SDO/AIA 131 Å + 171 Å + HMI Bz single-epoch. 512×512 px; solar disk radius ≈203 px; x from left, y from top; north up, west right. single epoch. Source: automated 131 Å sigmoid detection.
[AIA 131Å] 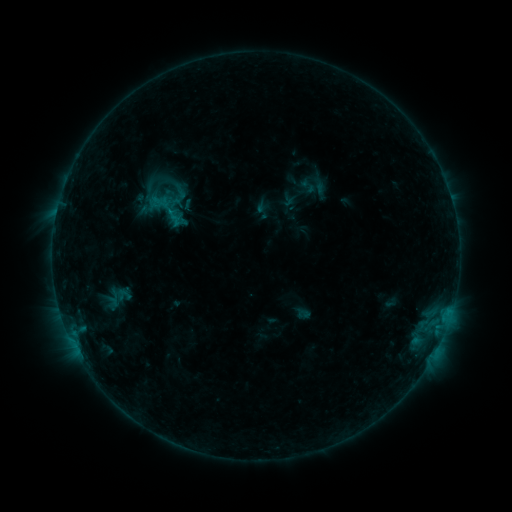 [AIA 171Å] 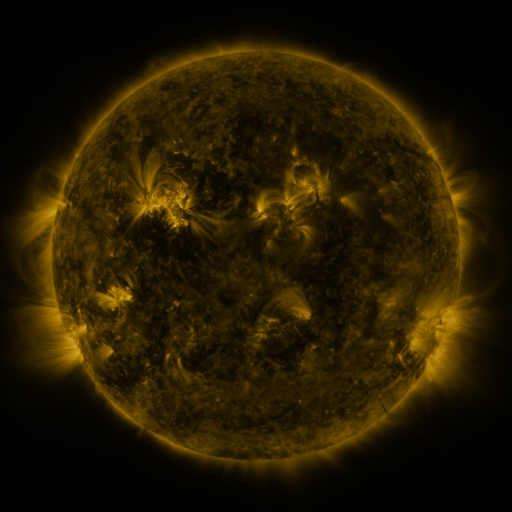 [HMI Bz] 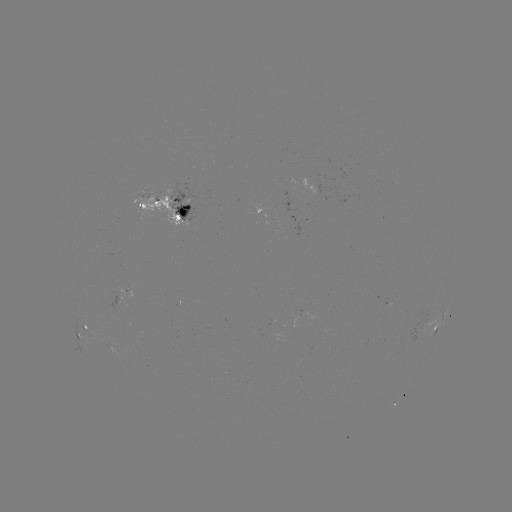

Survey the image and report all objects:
sigmoid: (153, 183)
sigmoid: (168, 210)
